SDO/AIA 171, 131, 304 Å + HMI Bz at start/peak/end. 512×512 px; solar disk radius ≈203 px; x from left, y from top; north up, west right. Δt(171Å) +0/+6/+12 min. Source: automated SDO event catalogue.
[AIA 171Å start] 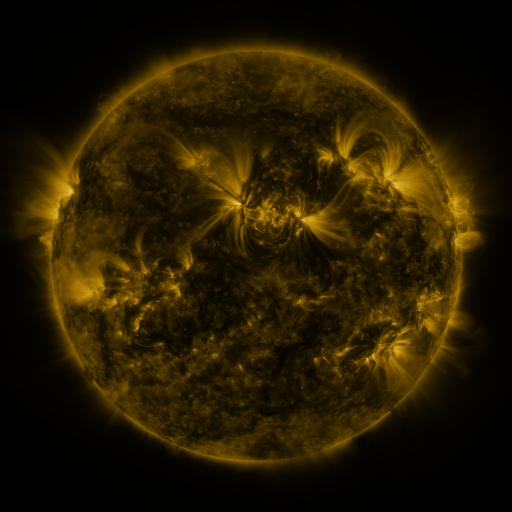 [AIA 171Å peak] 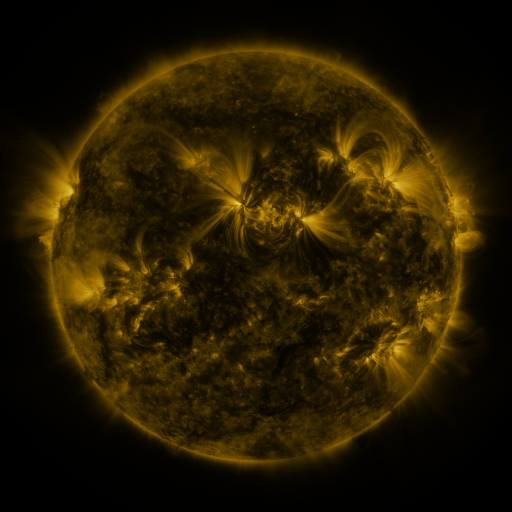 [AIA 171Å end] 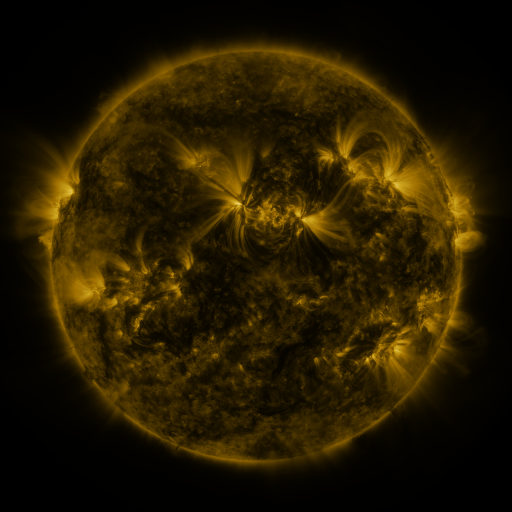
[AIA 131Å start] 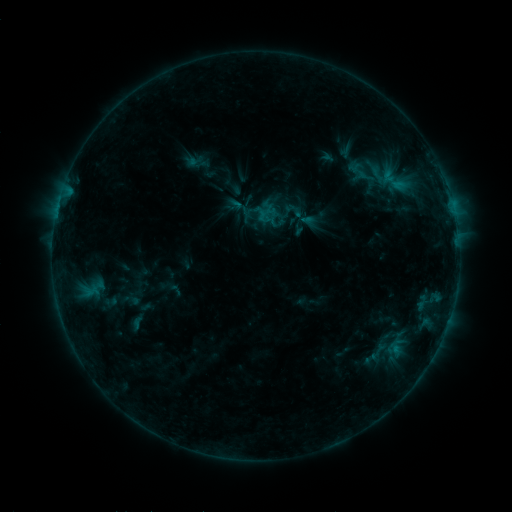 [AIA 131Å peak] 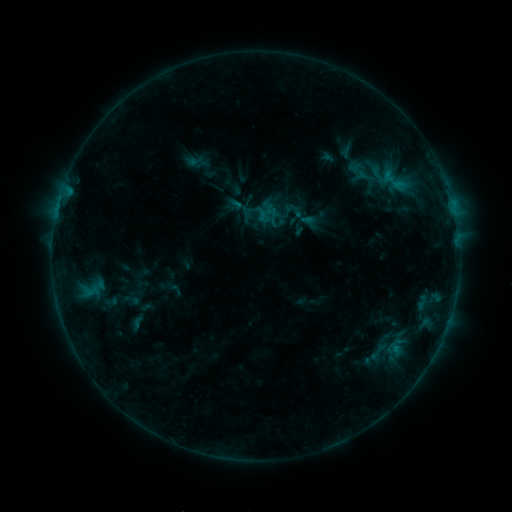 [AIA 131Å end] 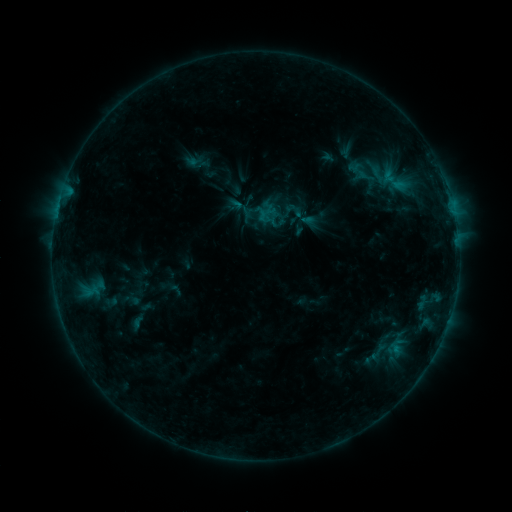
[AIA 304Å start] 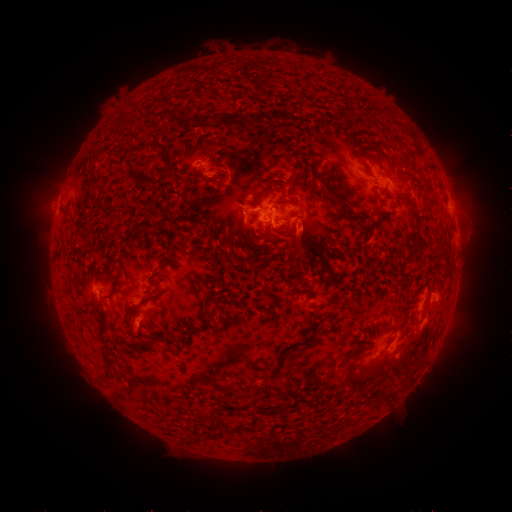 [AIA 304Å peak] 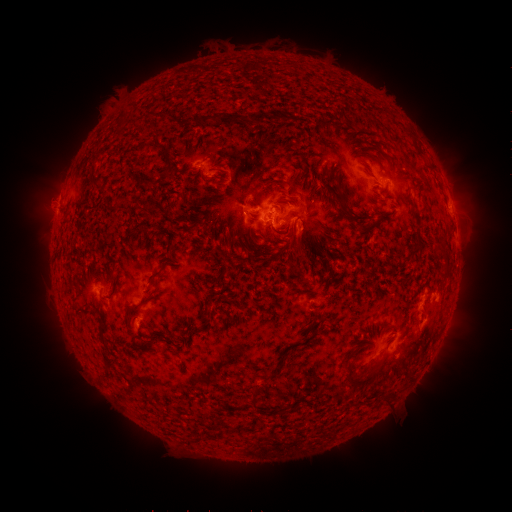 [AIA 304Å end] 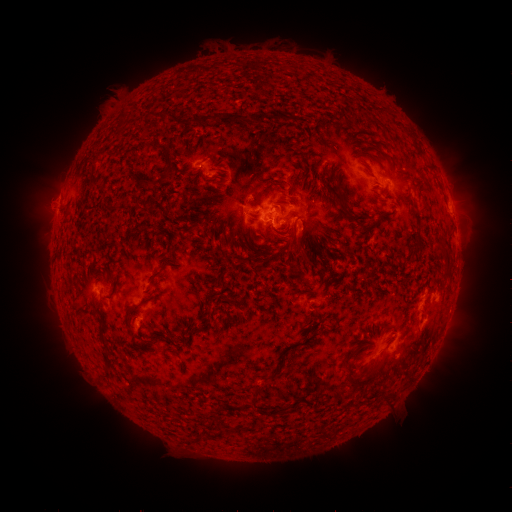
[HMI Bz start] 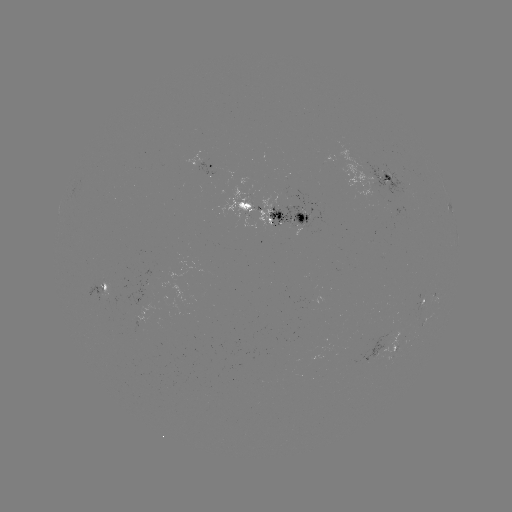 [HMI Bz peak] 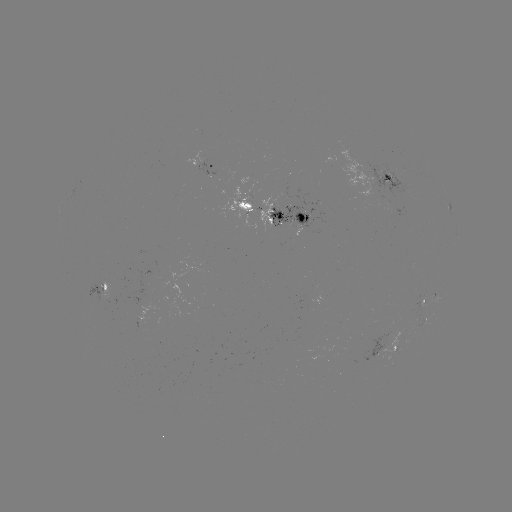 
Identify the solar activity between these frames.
no catalogued flare and no flagged EUV brightening in this window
